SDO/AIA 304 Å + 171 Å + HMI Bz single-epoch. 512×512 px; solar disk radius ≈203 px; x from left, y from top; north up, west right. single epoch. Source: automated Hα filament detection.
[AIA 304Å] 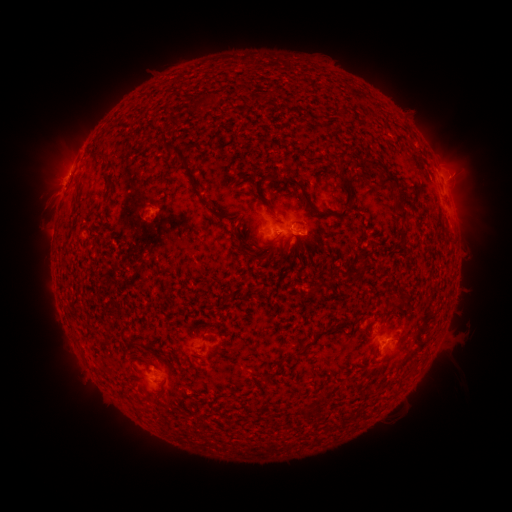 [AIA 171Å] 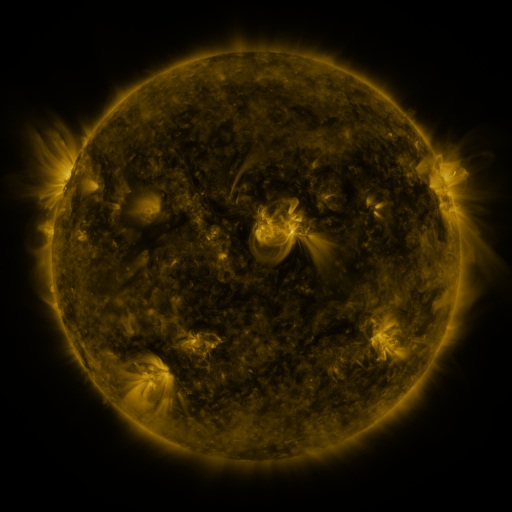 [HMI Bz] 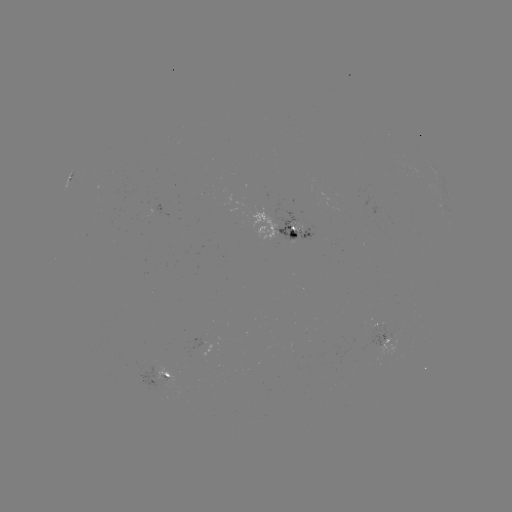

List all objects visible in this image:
filament: (374, 165)
filament: (189, 172)
filament: (390, 177)
filament: (344, 183)
filament: (306, 198)
filament: (342, 215)
filament: (402, 217)
filament: (237, 237)
